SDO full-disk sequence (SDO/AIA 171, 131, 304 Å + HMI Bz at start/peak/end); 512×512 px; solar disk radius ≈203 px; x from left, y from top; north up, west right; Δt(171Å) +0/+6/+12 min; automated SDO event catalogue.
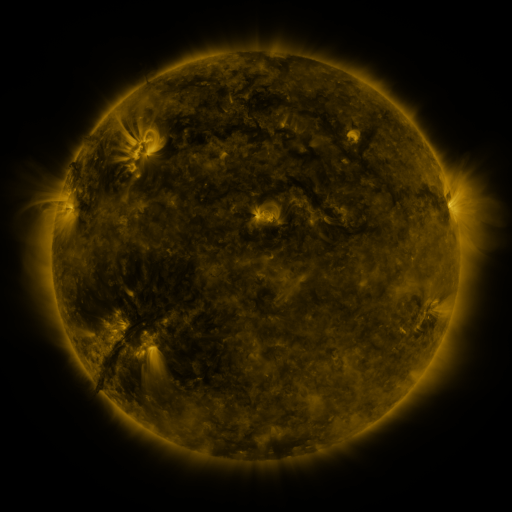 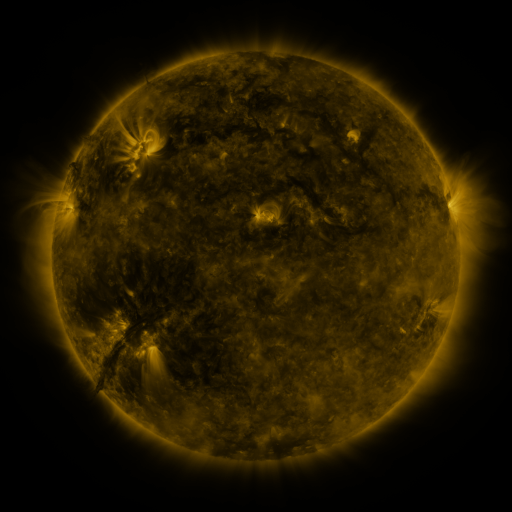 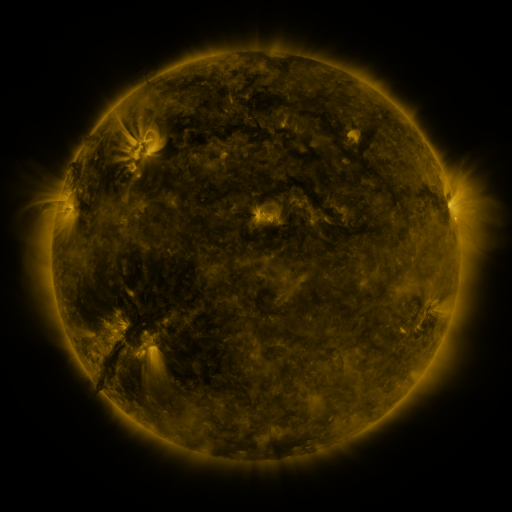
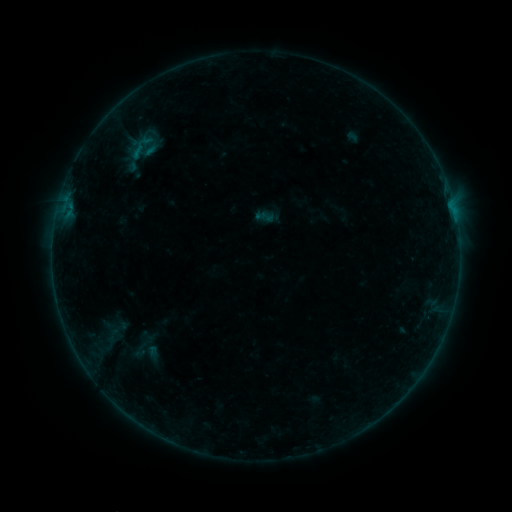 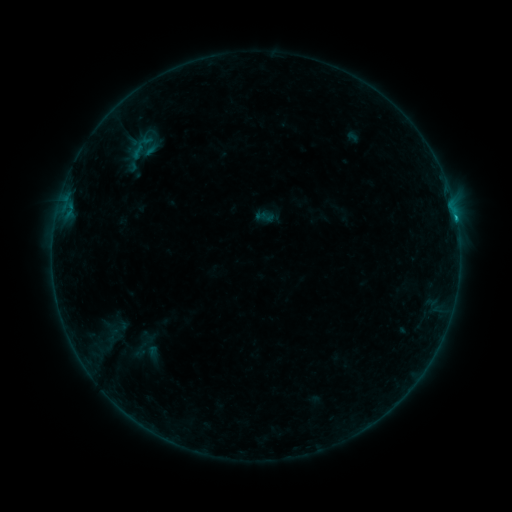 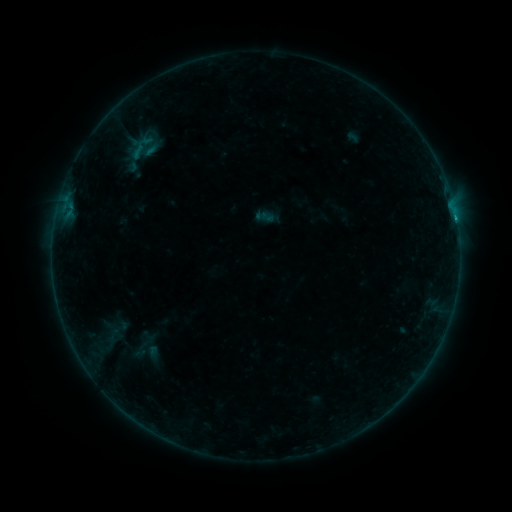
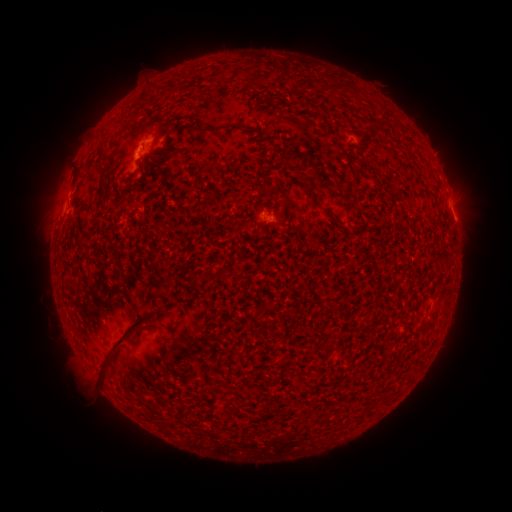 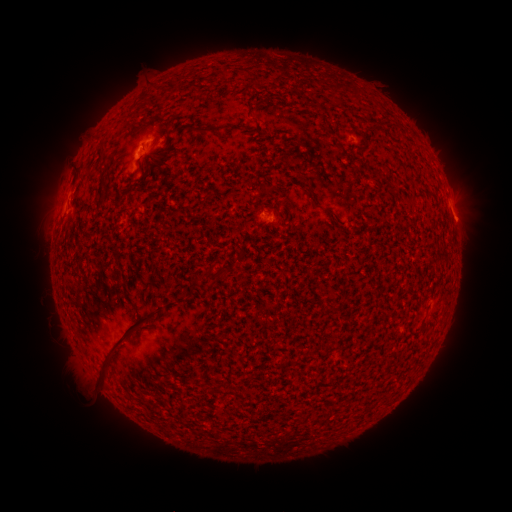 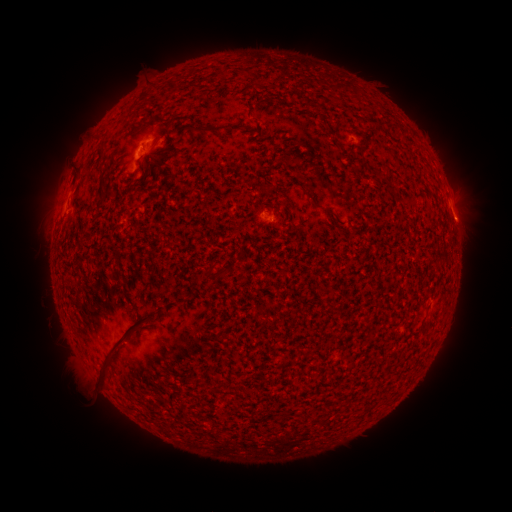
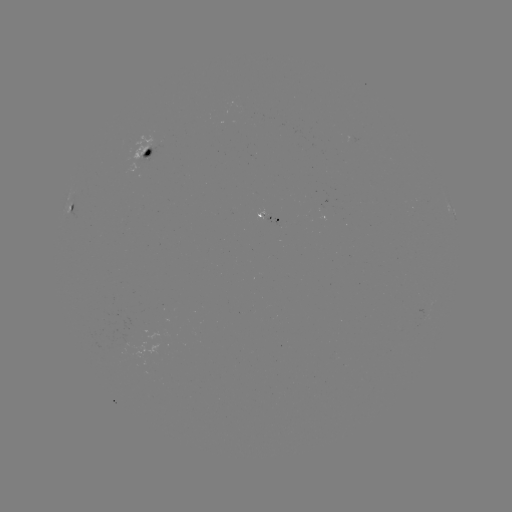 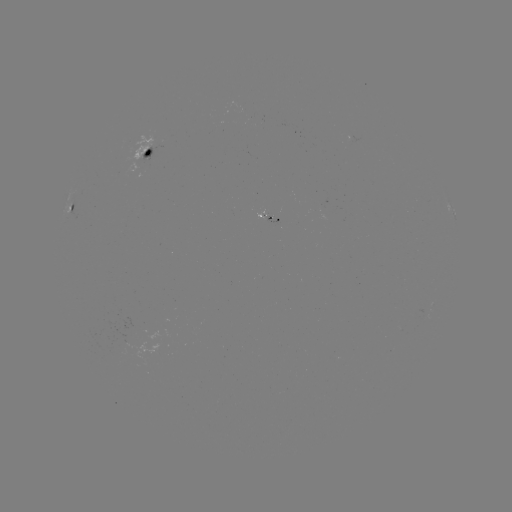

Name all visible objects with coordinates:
B4.2 flare: (454, 217)
